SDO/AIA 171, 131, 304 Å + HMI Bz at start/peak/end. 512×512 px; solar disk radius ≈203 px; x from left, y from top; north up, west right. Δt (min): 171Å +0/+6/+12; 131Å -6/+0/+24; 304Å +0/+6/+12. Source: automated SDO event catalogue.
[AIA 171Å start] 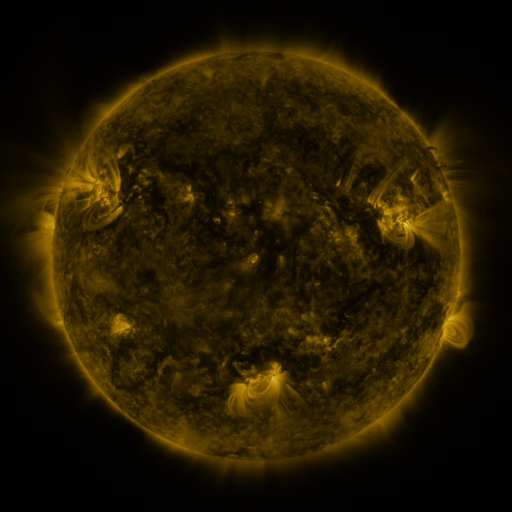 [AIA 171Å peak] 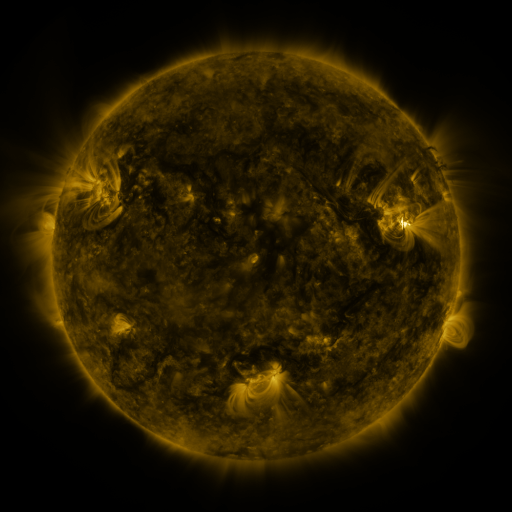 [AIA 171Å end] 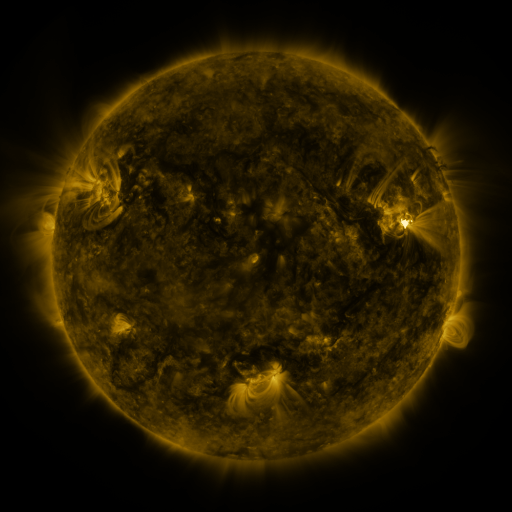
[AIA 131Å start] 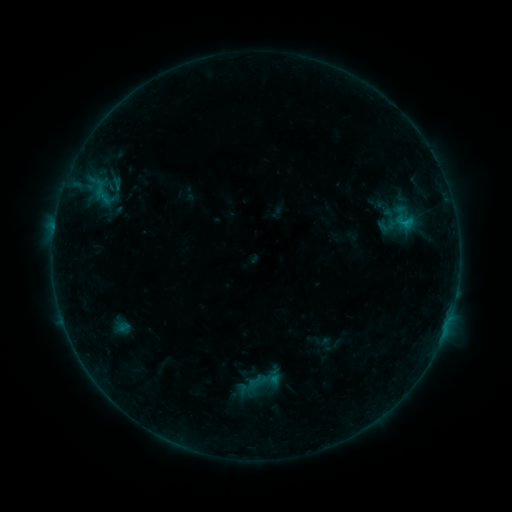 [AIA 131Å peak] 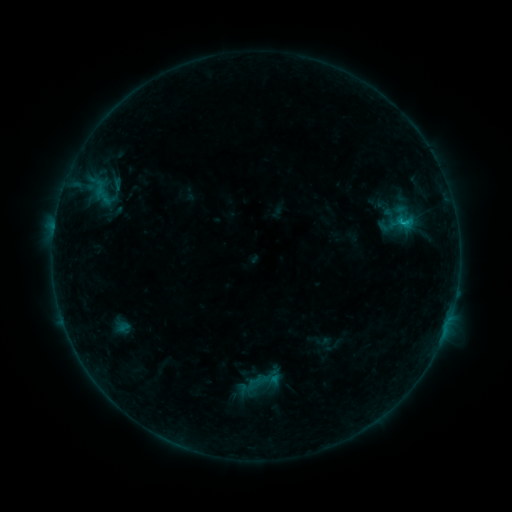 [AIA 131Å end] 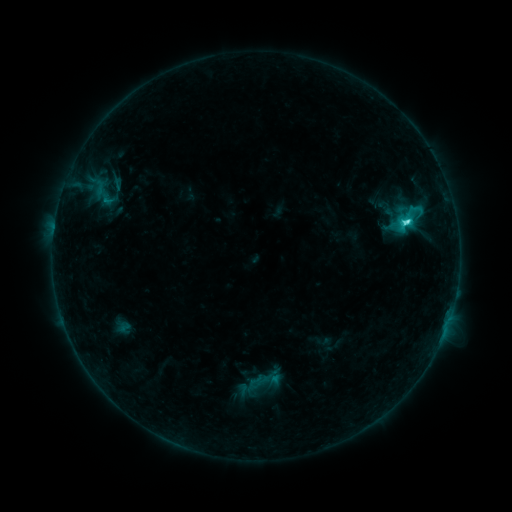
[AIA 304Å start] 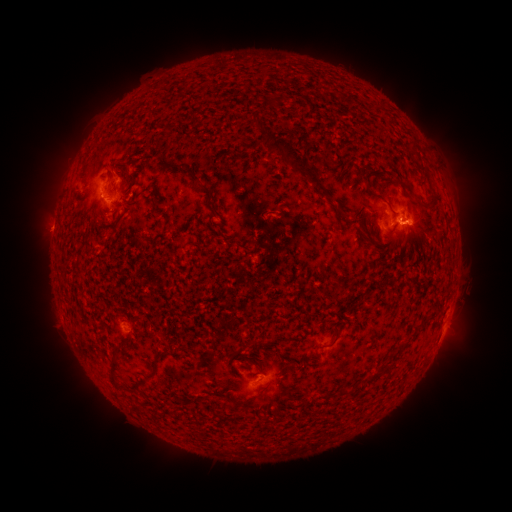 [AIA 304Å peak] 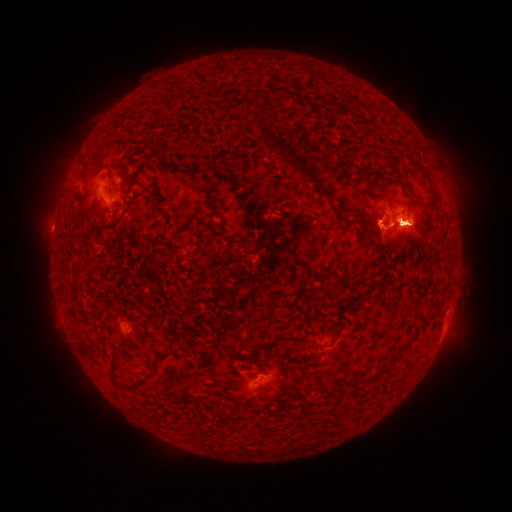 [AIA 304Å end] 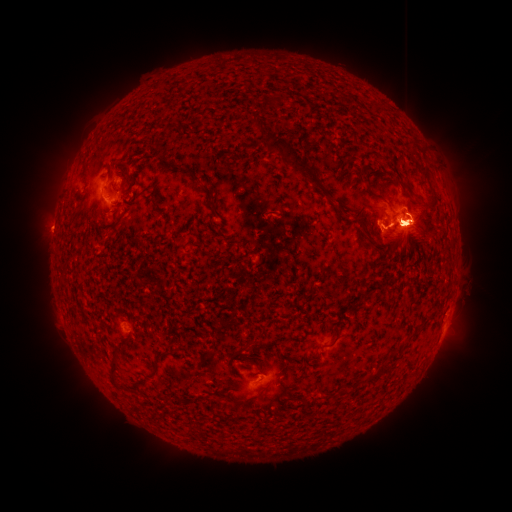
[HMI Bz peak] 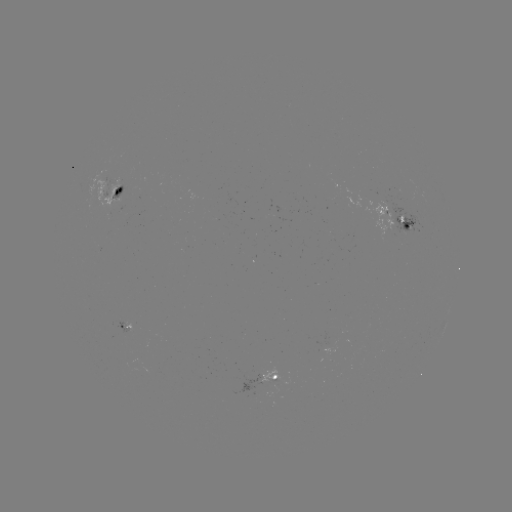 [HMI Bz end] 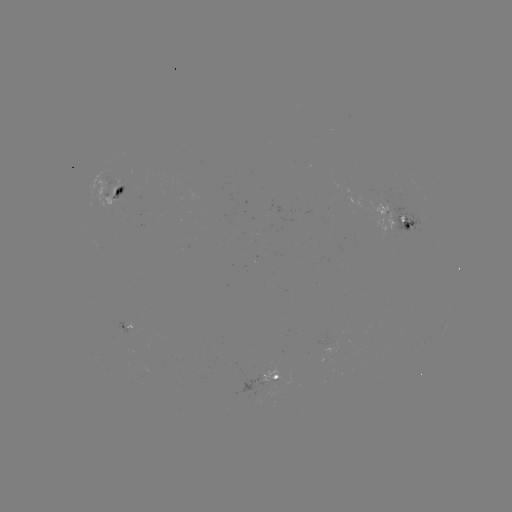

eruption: (374, 112, 472, 274)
